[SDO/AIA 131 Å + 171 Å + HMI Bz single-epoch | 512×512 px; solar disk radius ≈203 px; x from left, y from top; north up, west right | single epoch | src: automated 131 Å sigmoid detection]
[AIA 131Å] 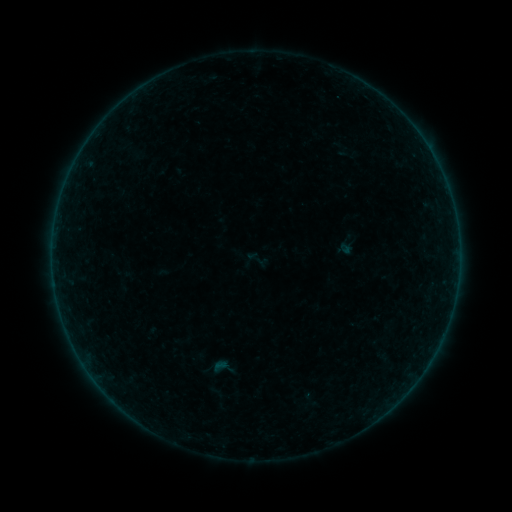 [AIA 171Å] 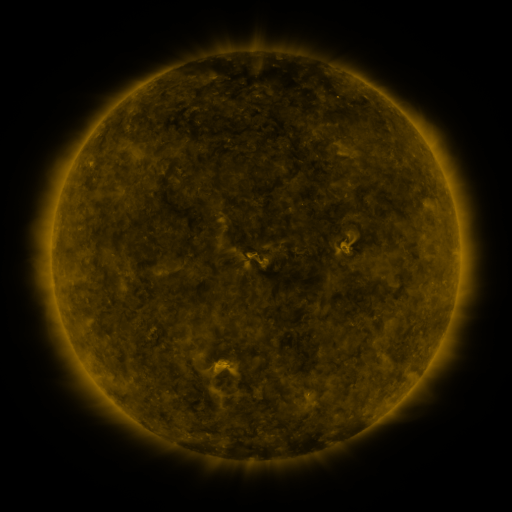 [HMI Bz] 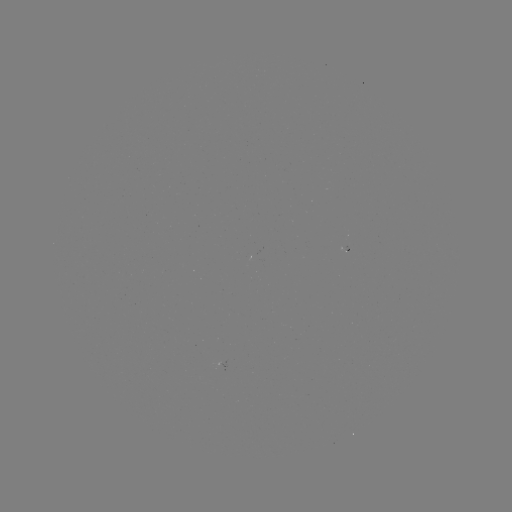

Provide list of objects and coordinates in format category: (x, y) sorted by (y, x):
sigmoid: (256, 259)
